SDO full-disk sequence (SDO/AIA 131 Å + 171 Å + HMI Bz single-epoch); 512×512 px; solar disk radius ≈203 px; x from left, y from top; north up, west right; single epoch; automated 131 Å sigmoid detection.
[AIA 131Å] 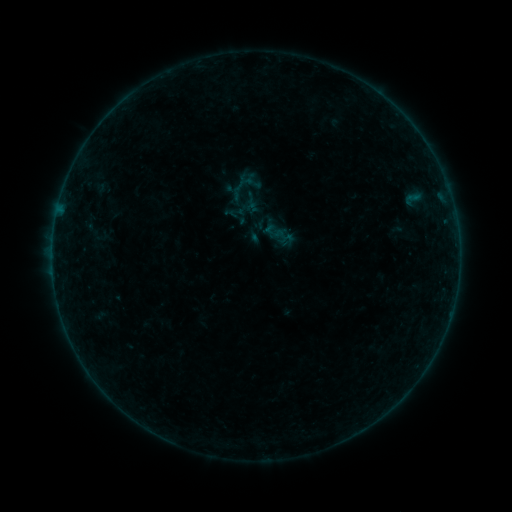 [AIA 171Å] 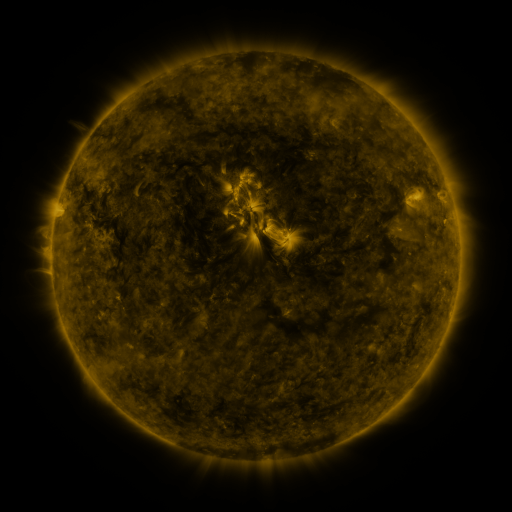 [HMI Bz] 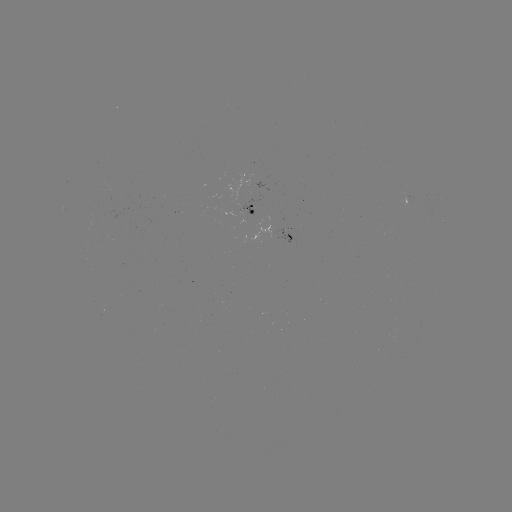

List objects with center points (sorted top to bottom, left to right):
sigmoid: (243, 191, 261, 209)
sigmoid: (263, 220, 284, 242)
